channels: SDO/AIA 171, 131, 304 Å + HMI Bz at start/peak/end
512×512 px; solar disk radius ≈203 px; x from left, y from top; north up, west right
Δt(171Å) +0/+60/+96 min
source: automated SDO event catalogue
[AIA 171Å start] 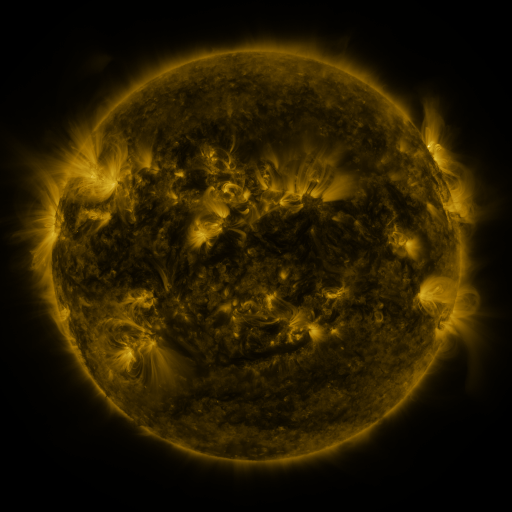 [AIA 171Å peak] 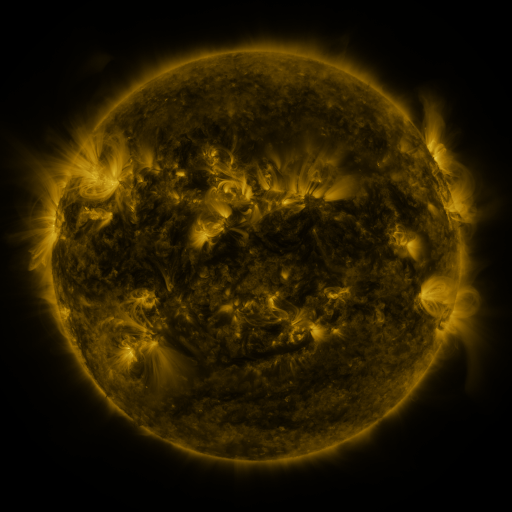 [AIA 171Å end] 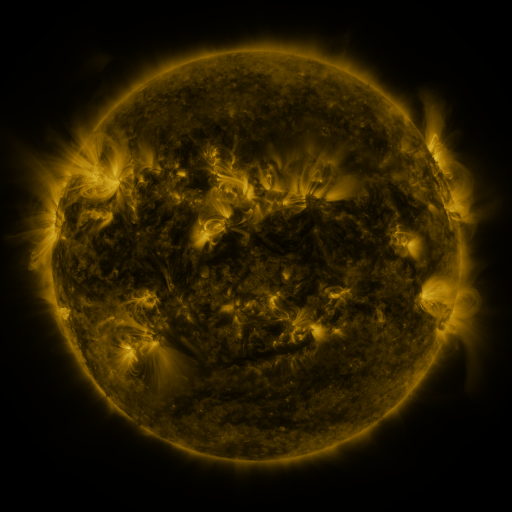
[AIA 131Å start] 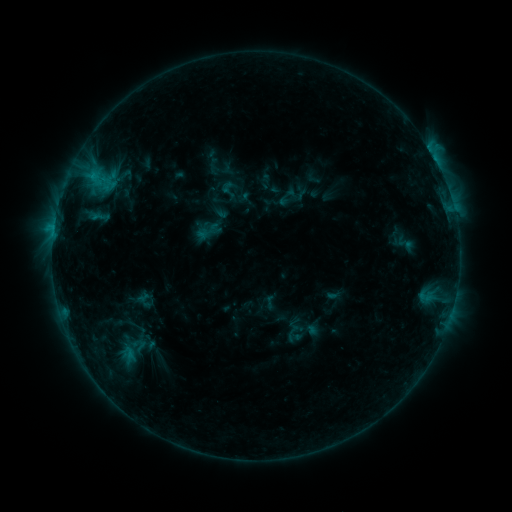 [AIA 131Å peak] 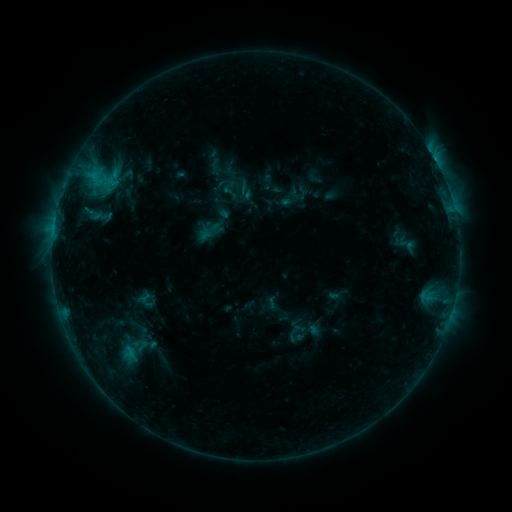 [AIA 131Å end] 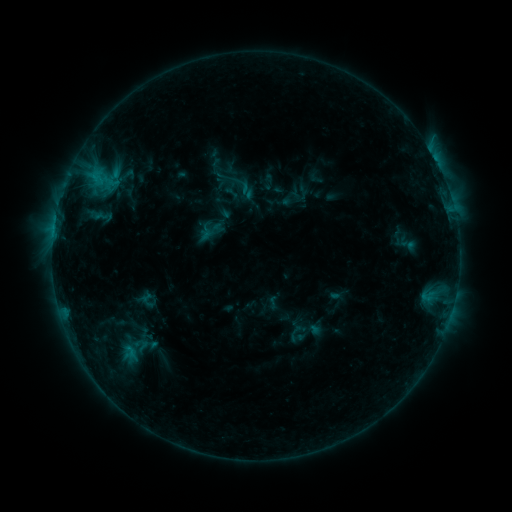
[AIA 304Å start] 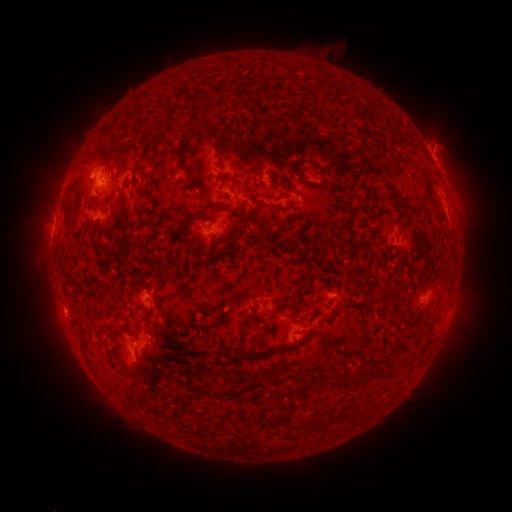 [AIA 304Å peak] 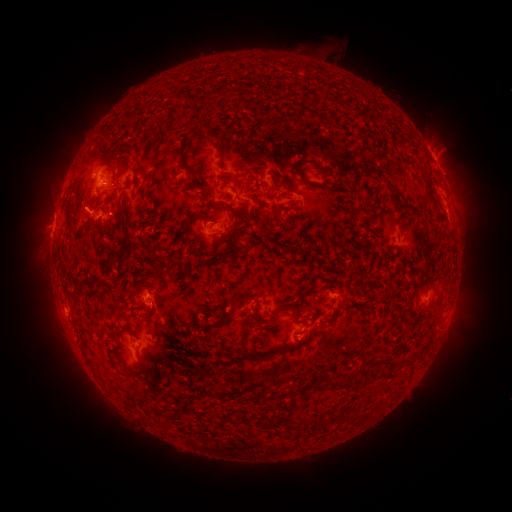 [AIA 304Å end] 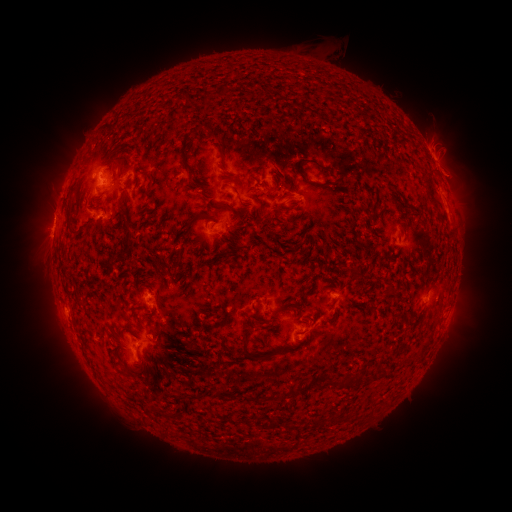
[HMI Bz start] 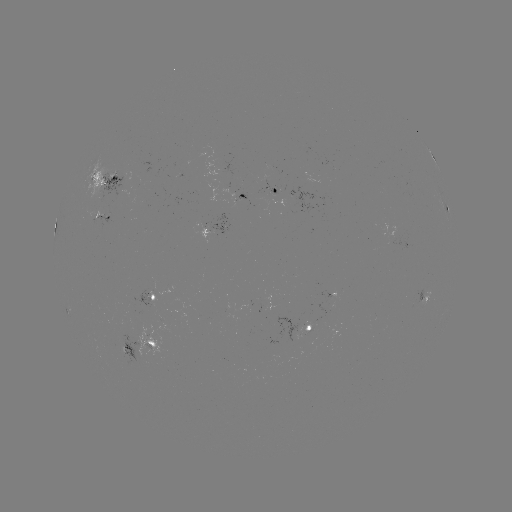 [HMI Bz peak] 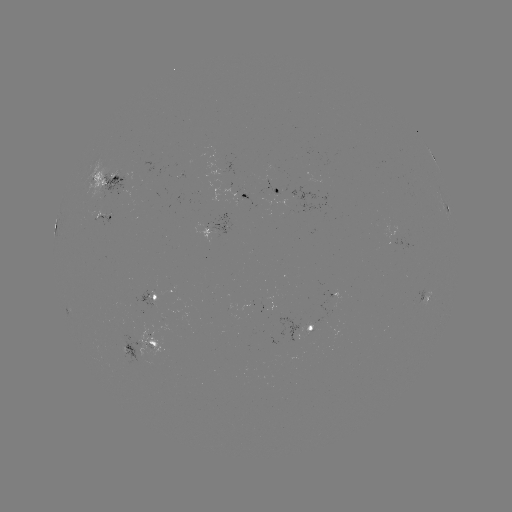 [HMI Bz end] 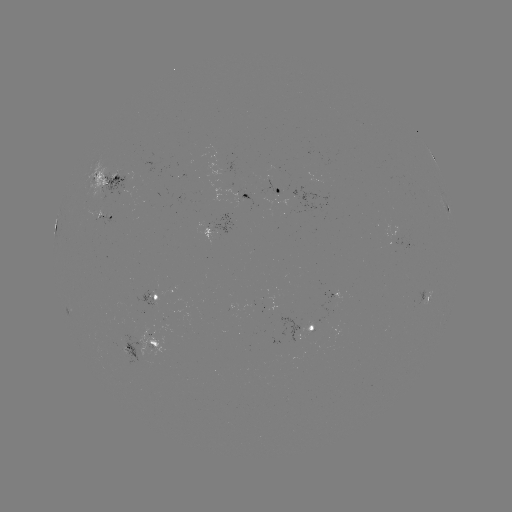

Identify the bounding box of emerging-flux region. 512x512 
[102, 174, 128, 201].